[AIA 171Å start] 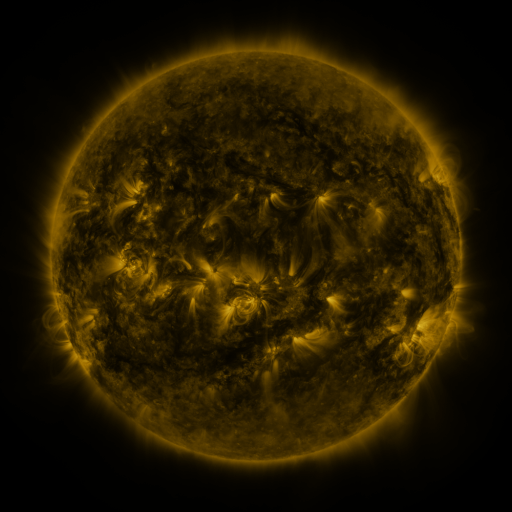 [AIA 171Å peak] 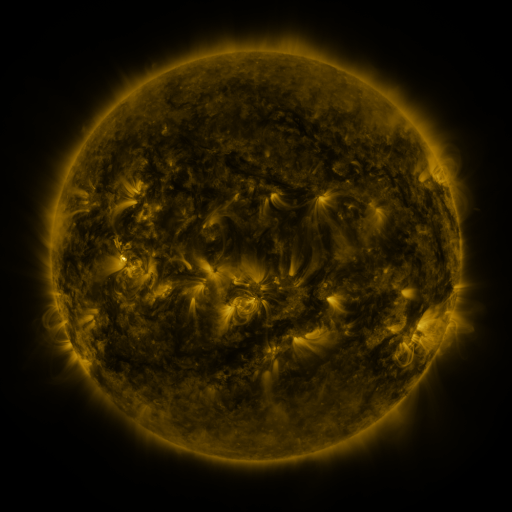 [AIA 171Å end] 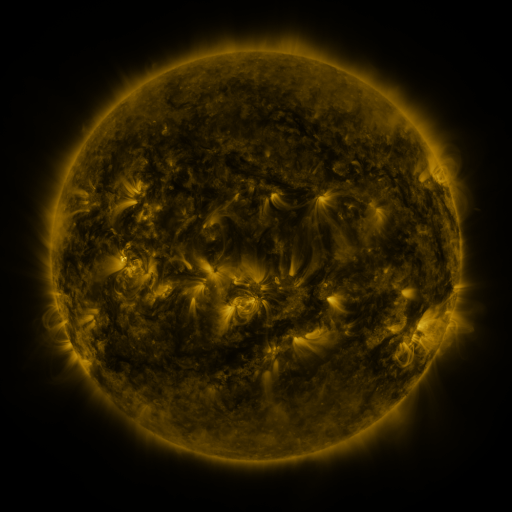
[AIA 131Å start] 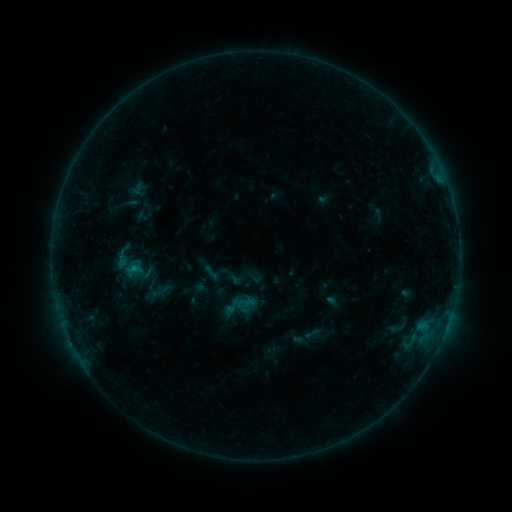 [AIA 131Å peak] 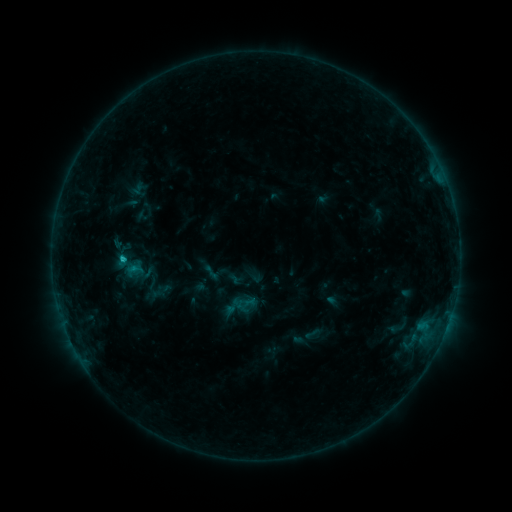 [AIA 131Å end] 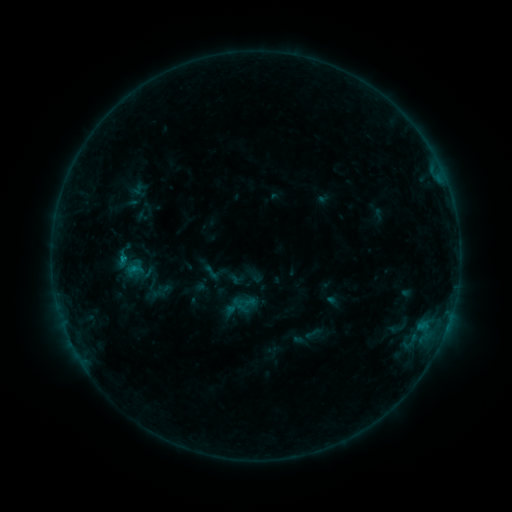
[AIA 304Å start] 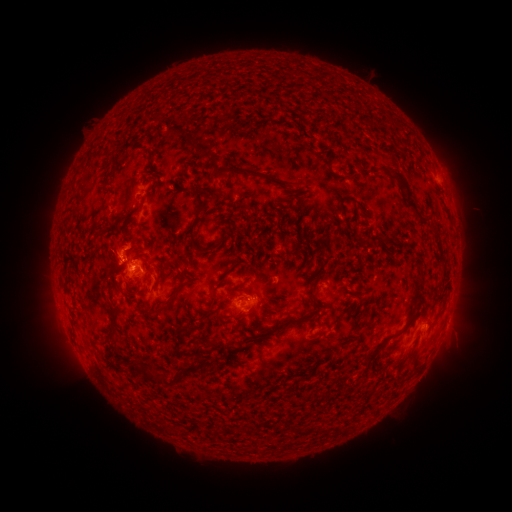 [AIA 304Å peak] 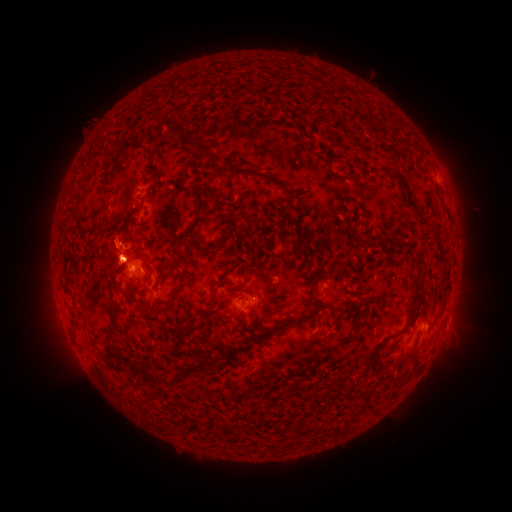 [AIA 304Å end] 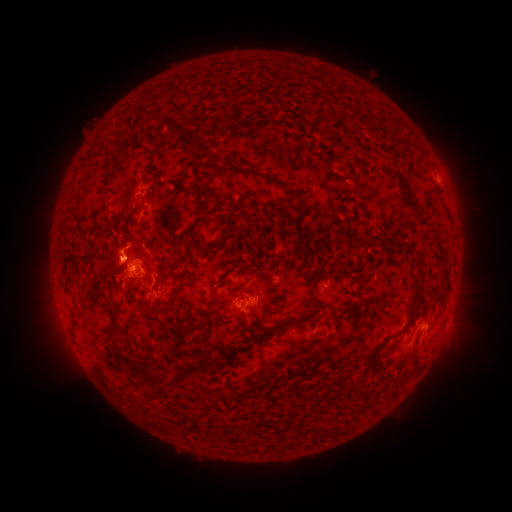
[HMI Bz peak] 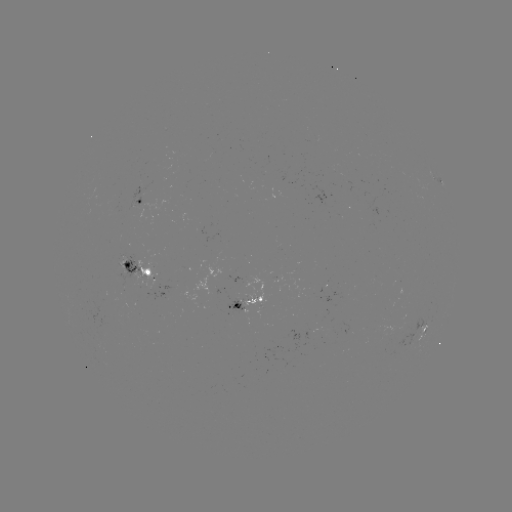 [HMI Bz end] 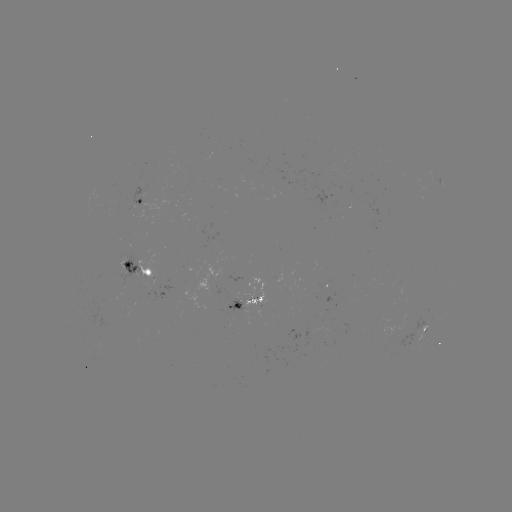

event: flare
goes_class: B7.1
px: (125, 258)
